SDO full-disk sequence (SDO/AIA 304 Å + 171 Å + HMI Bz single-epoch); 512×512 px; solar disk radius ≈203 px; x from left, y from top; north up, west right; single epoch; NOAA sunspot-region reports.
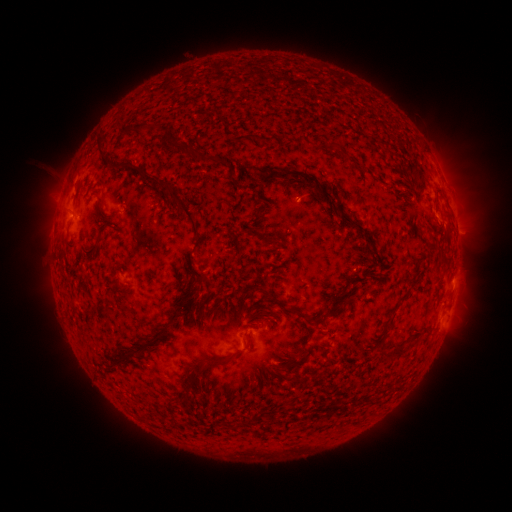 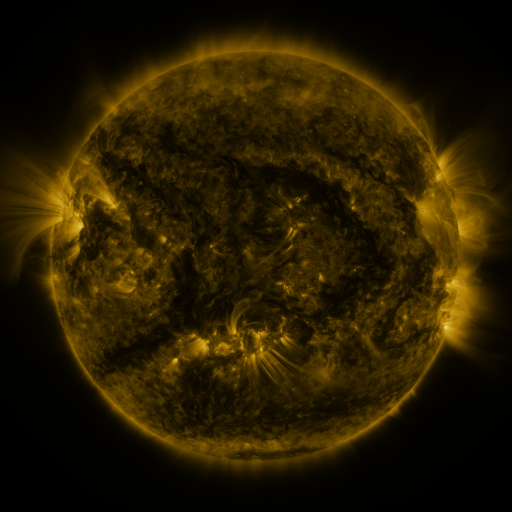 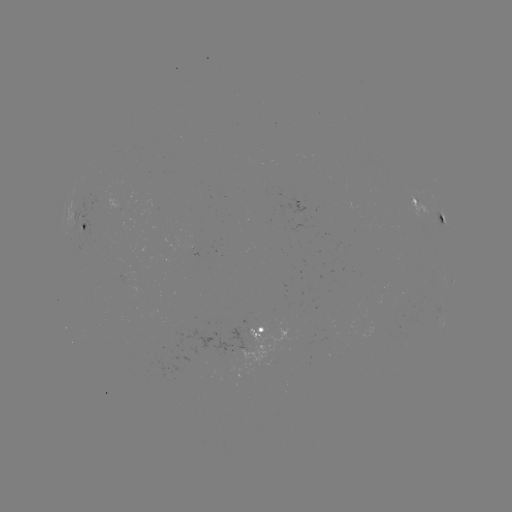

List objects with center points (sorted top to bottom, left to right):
spotted active region: (434, 209)
spotted active region: (88, 225)
spotted active region: (272, 332)
